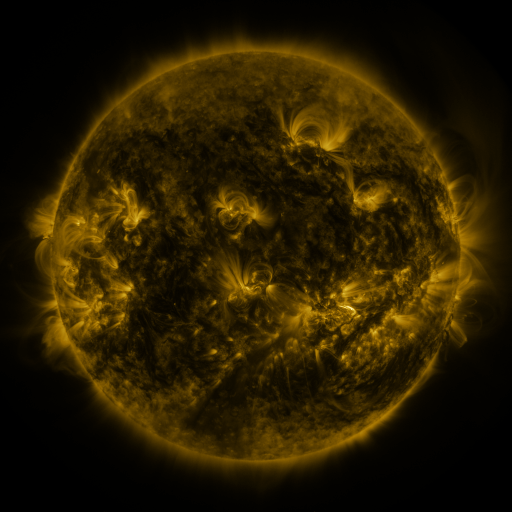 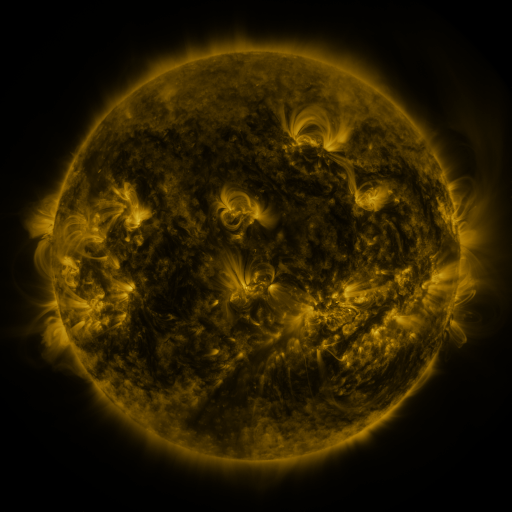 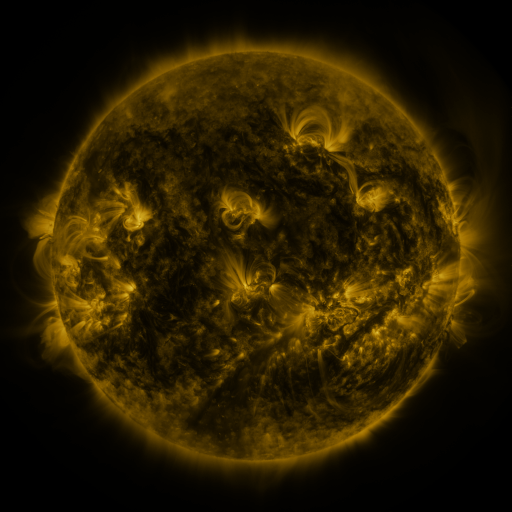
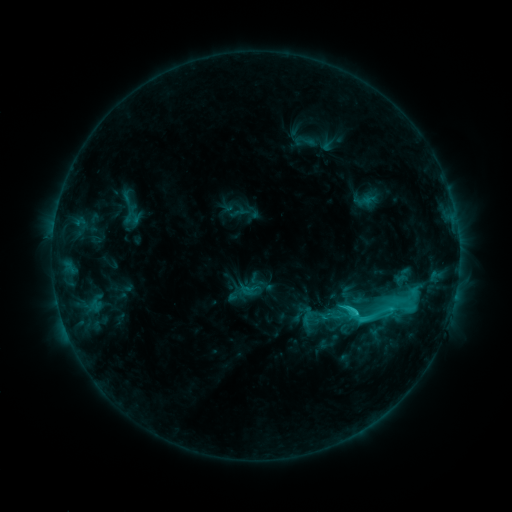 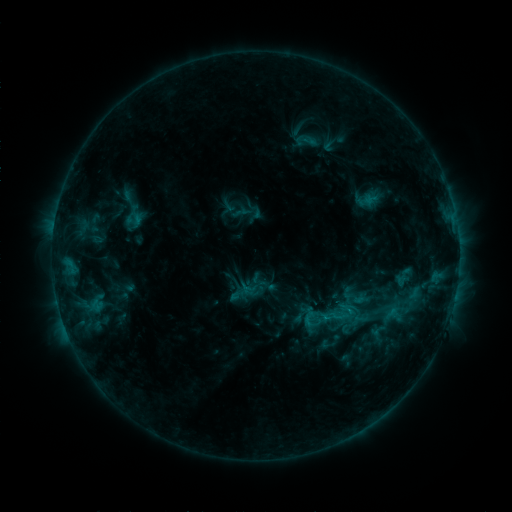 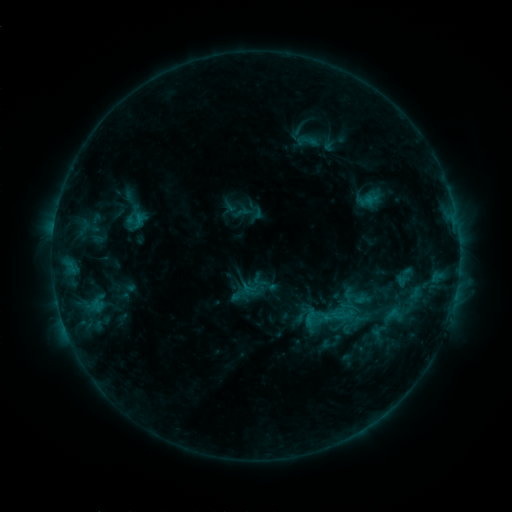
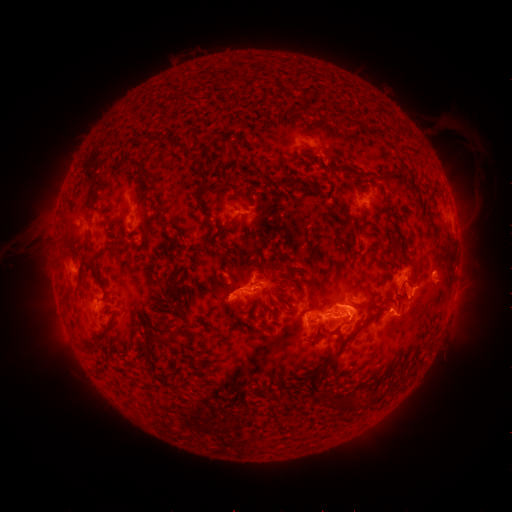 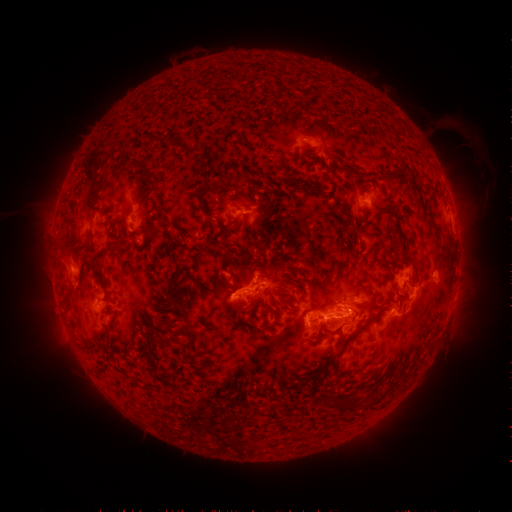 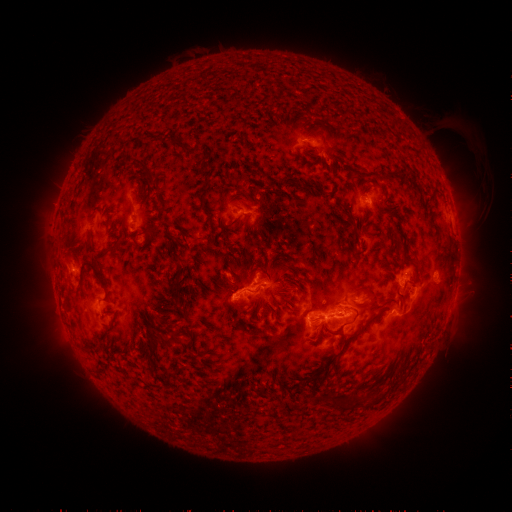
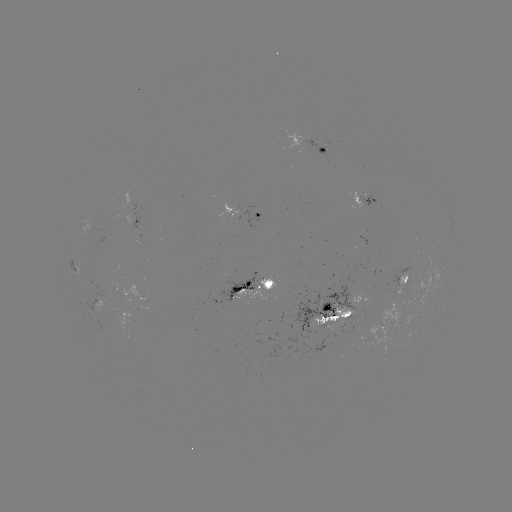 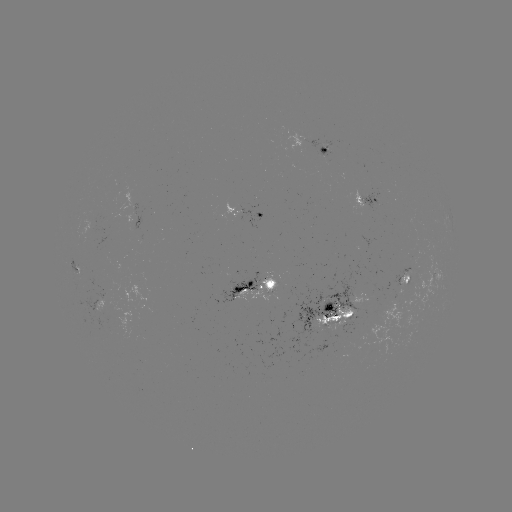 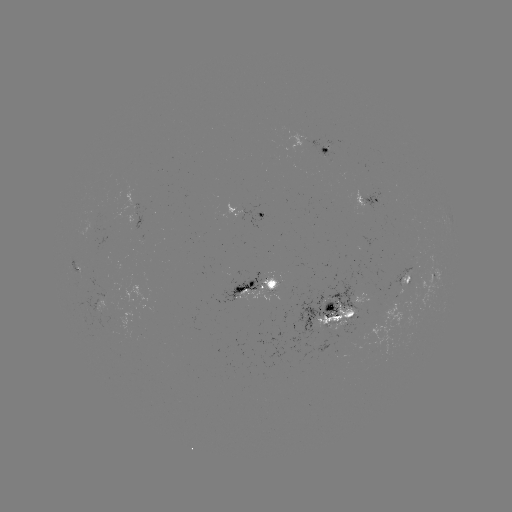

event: emerging-flux region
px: (90, 225)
